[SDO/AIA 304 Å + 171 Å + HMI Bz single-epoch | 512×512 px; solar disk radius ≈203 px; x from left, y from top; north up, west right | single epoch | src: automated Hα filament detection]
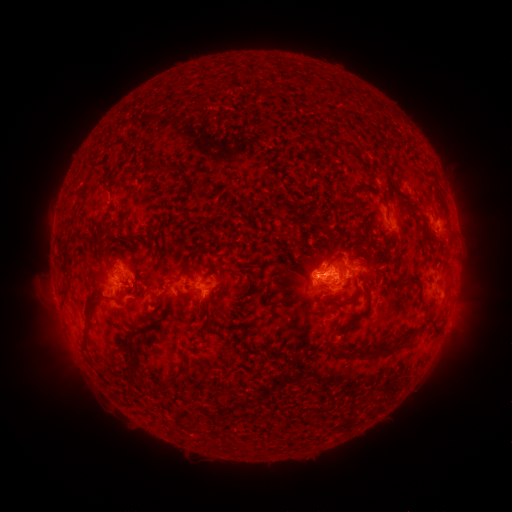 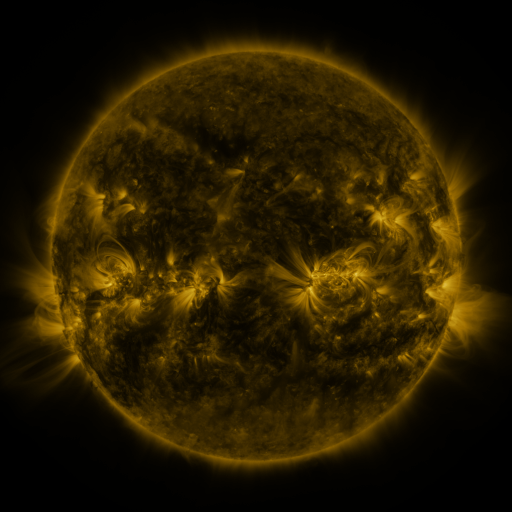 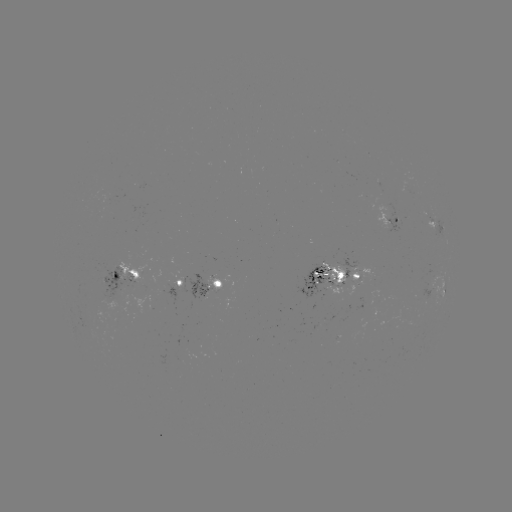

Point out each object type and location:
filament: (262, 94)
filament: (157, 172)
filament: (82, 175)
filament: (355, 186)
filament: (382, 193)
filament: (441, 201)
filament: (321, 227)
filament: (158, 237)
filament: (377, 245)
filament: (327, 247)
filament: (190, 261)
filament: (330, 261)
filament: (410, 279)
filament: (327, 285)
filament: (138, 287)
filament: (217, 292)
filament: (64, 293)
filament: (368, 297)
filament: (110, 299)
filament: (352, 300)
filament: (88, 307)
filament: (430, 314)
filament: (423, 323)
filament: (160, 326)
filament: (344, 326)
filament: (208, 327)
filament: (398, 338)
filament: (87, 341)
filament: (372, 352)
filament: (132, 369)
filament: (177, 379)
filament: (132, 392)
